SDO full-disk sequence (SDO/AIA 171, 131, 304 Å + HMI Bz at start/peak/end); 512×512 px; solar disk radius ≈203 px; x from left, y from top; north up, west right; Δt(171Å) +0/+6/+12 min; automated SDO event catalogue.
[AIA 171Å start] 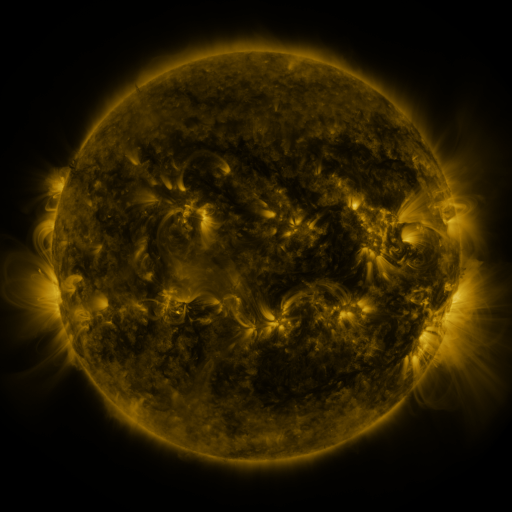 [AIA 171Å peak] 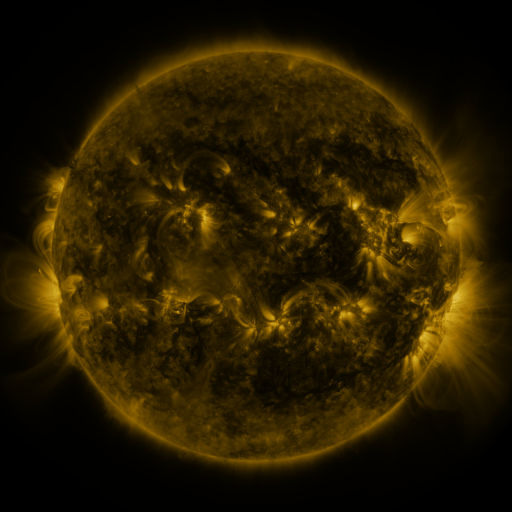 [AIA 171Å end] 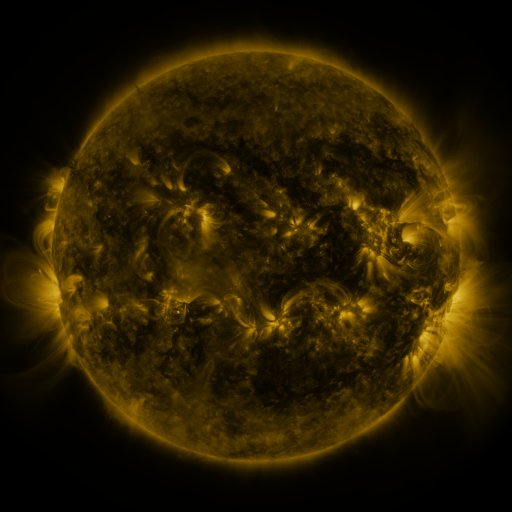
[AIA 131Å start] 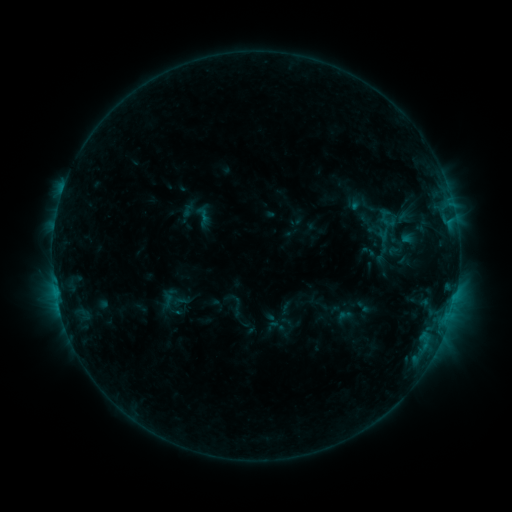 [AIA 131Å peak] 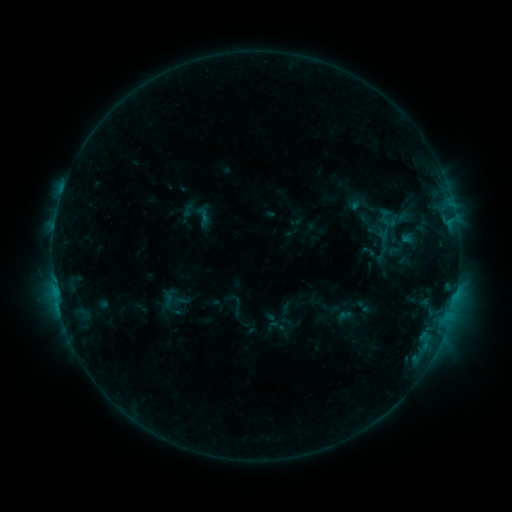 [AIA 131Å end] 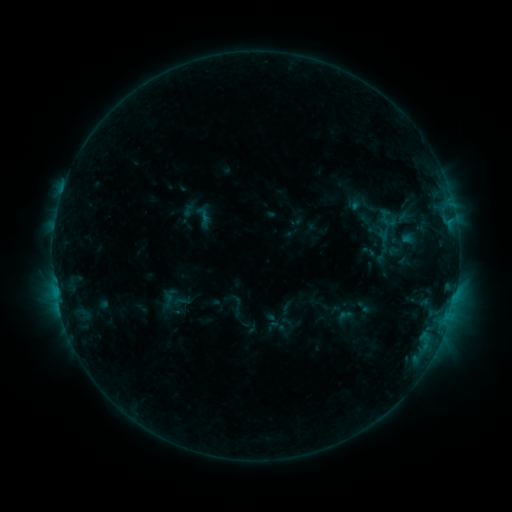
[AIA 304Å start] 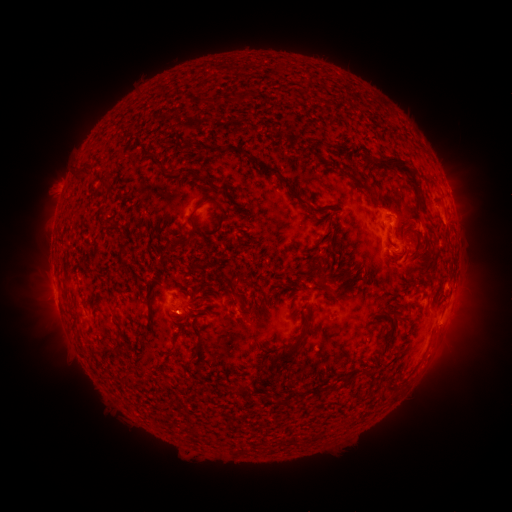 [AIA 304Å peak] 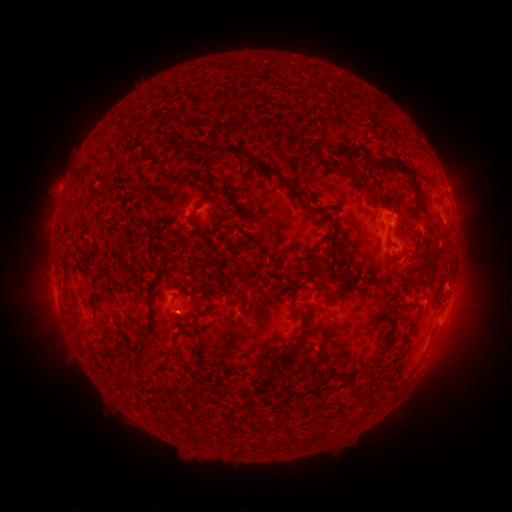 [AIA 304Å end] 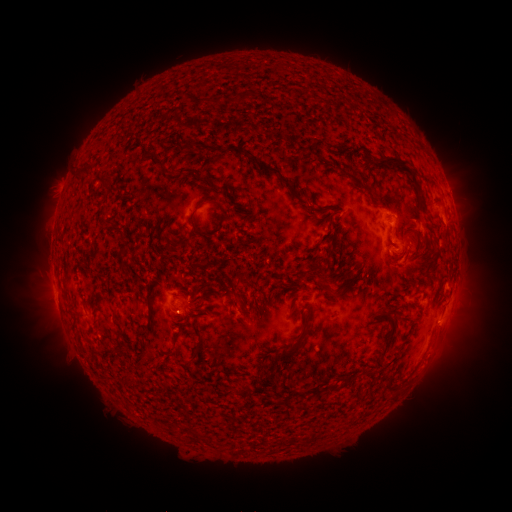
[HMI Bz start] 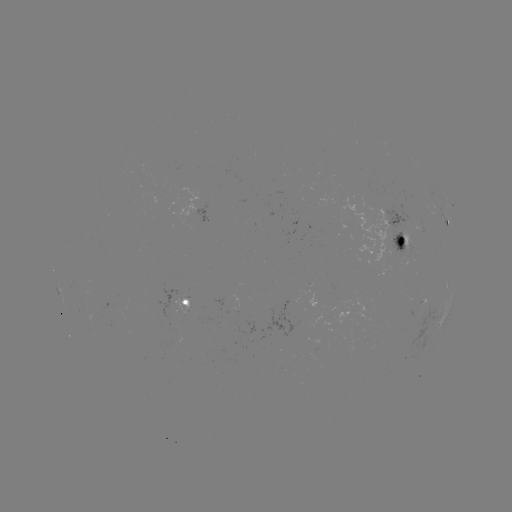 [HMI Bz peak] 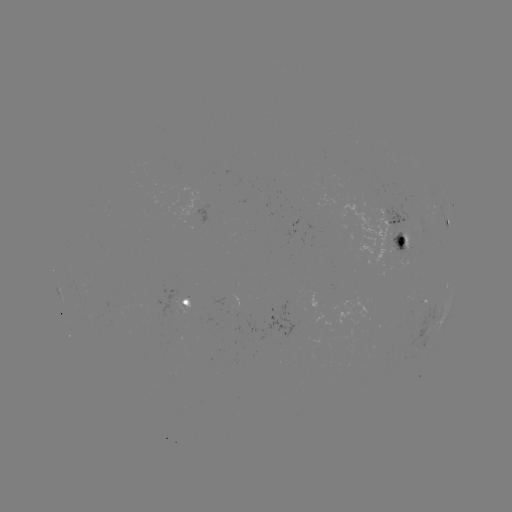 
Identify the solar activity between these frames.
no classed flare was catalogued and no EUV brightening was flagged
